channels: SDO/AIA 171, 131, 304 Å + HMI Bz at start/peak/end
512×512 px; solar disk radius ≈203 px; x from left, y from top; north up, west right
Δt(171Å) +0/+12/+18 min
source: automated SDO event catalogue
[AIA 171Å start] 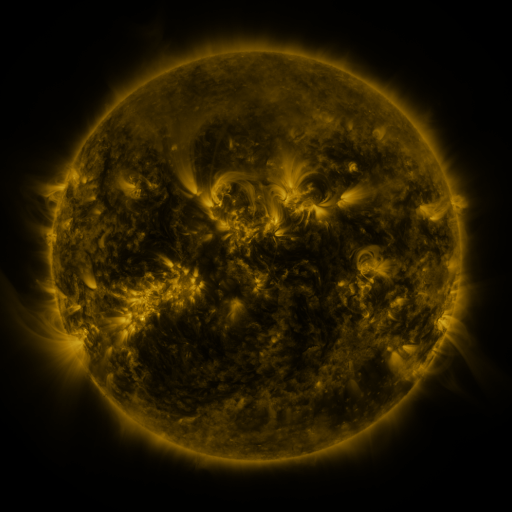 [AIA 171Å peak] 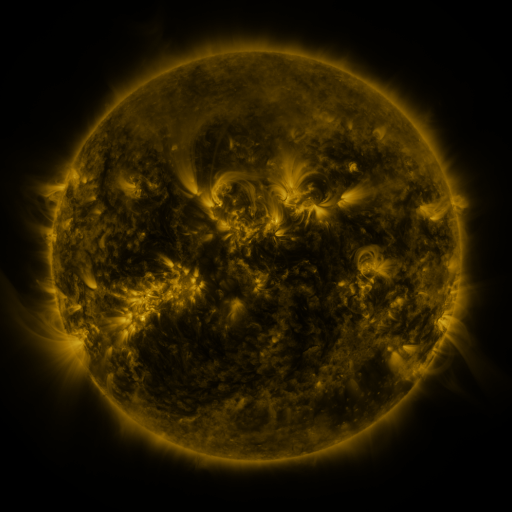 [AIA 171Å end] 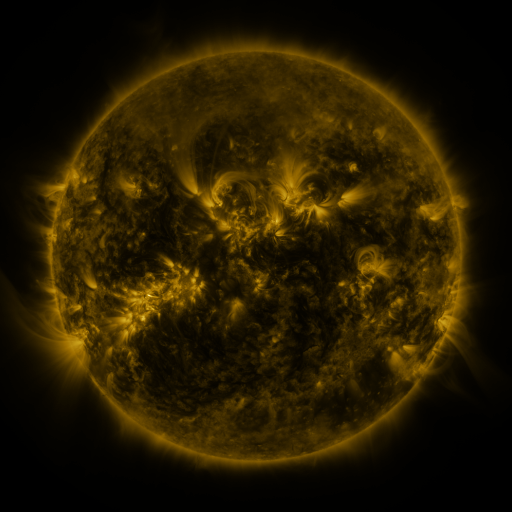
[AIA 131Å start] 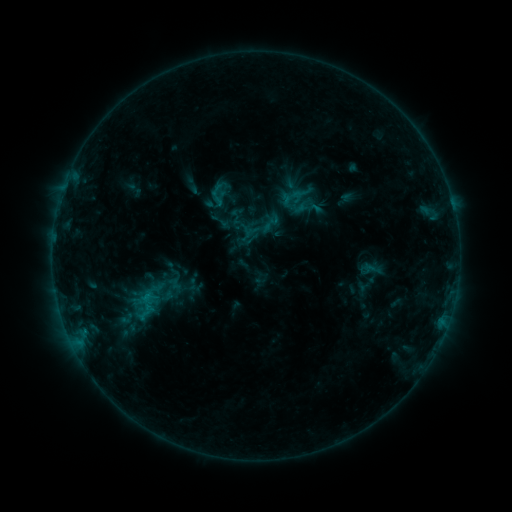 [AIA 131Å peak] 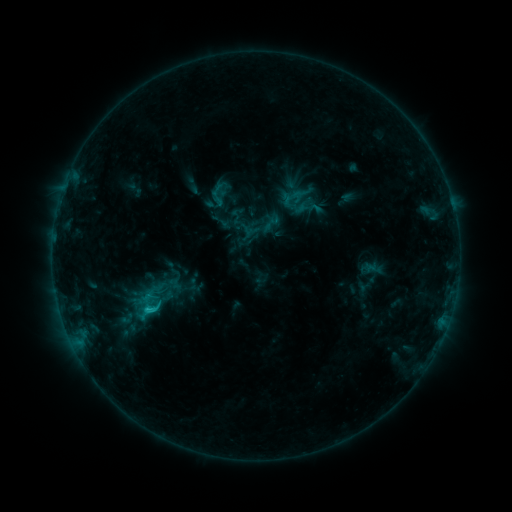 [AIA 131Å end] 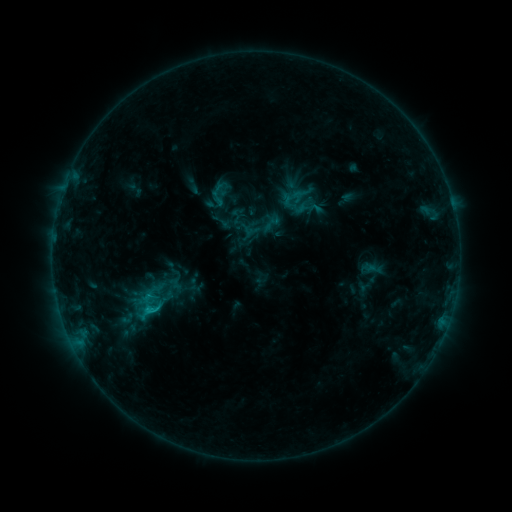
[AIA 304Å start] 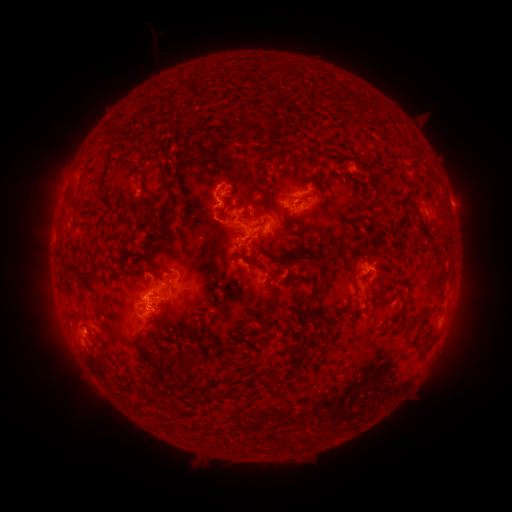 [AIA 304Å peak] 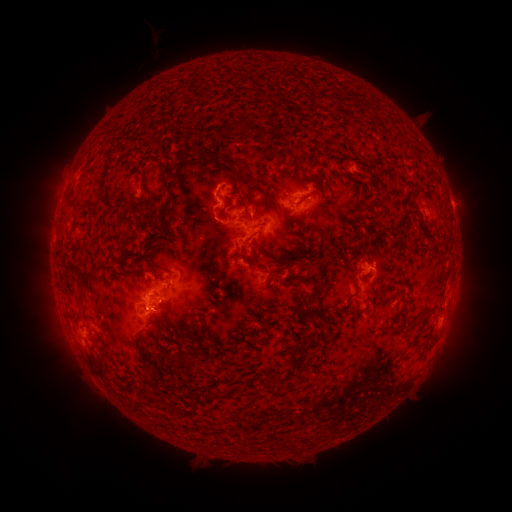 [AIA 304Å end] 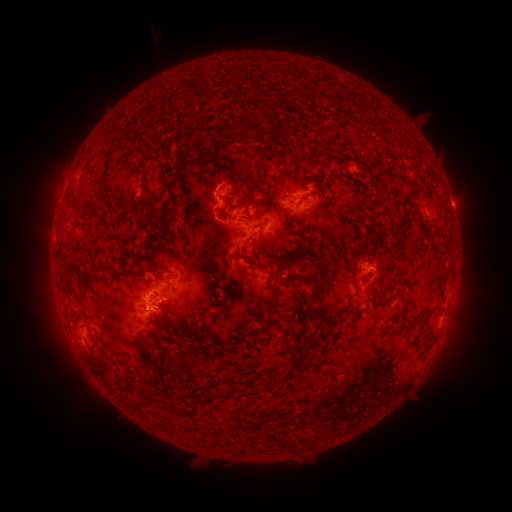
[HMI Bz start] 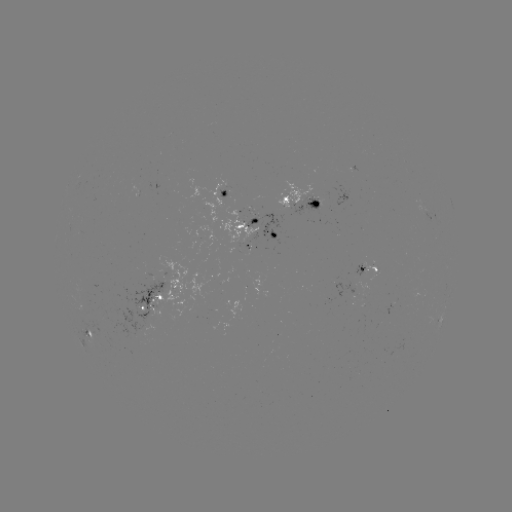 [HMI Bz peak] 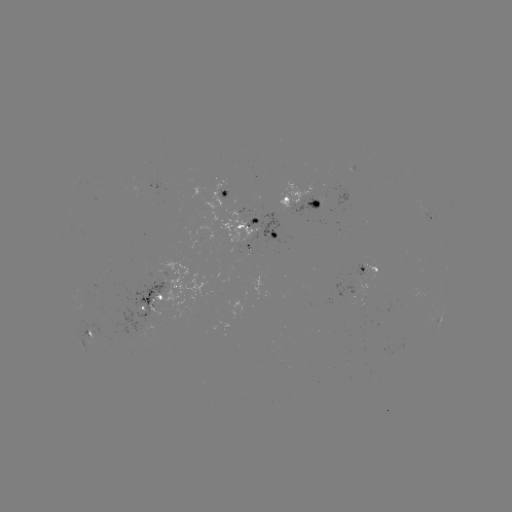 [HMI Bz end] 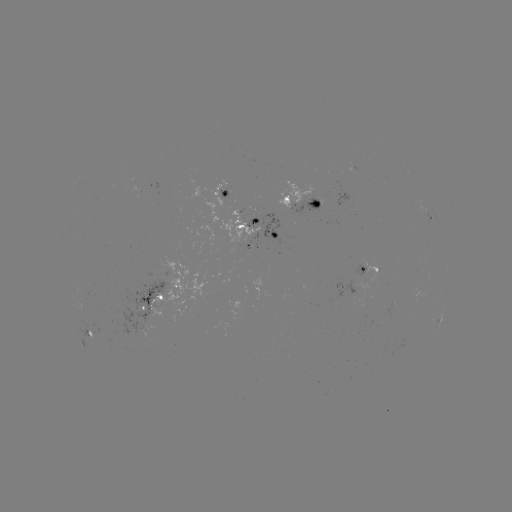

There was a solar flare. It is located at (149, 306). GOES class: C1.5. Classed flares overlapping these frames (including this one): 1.